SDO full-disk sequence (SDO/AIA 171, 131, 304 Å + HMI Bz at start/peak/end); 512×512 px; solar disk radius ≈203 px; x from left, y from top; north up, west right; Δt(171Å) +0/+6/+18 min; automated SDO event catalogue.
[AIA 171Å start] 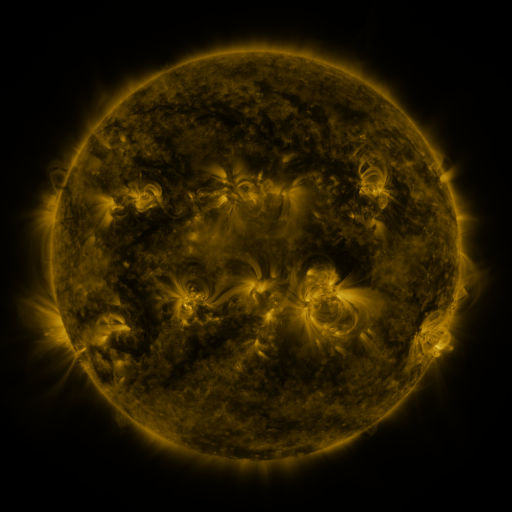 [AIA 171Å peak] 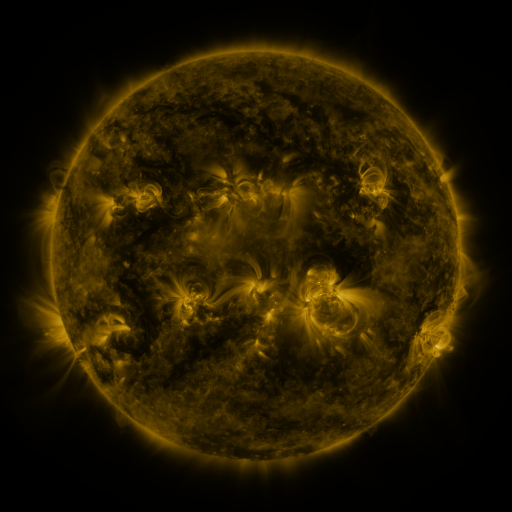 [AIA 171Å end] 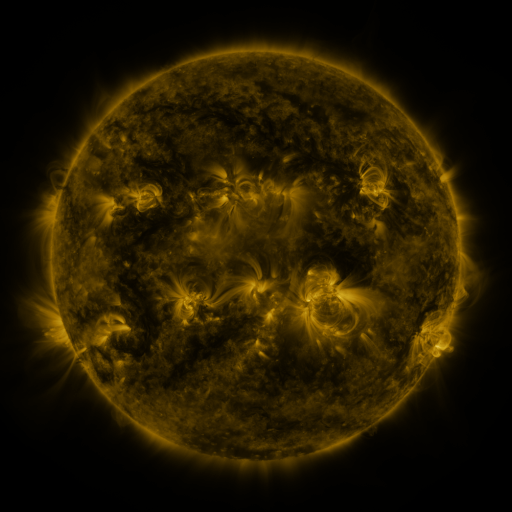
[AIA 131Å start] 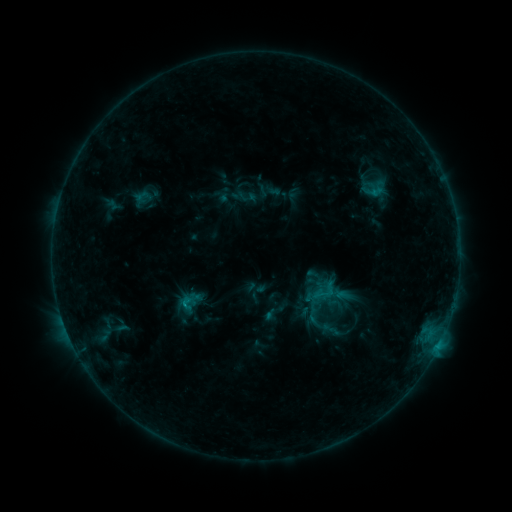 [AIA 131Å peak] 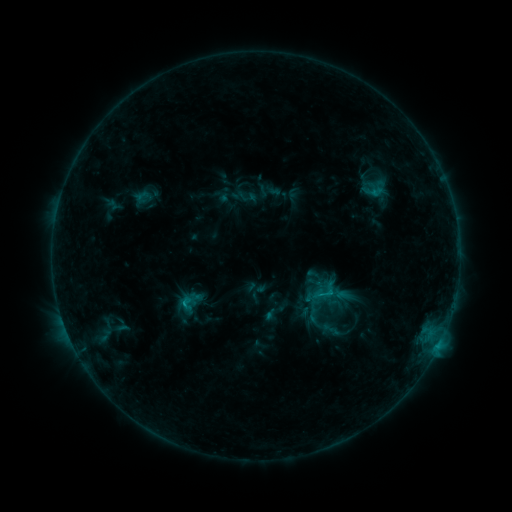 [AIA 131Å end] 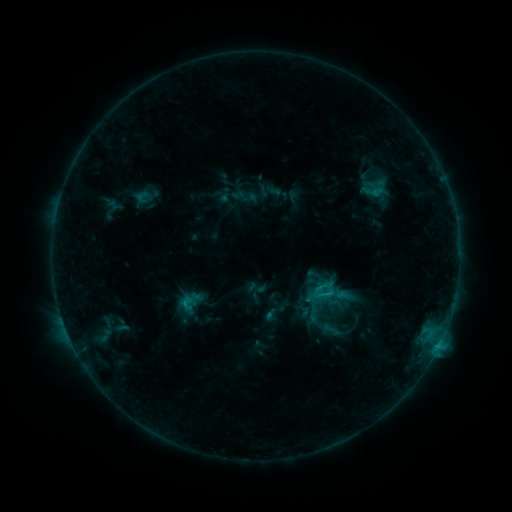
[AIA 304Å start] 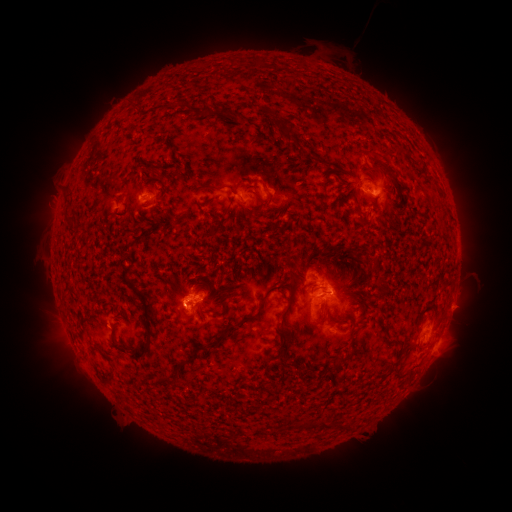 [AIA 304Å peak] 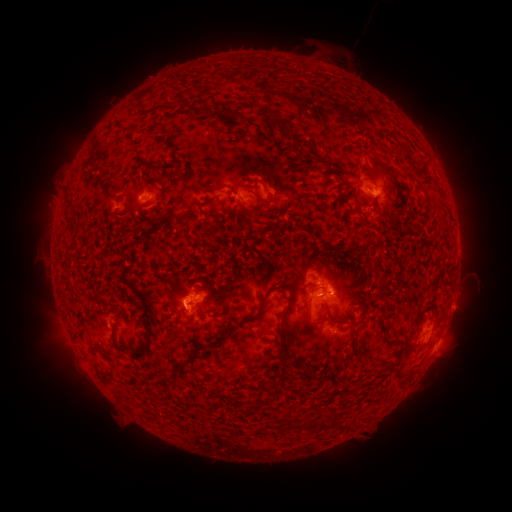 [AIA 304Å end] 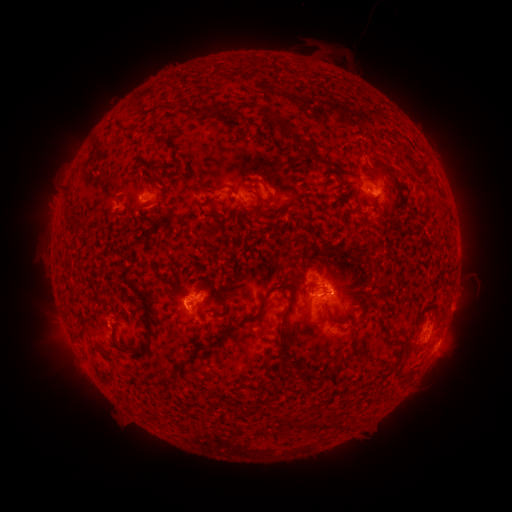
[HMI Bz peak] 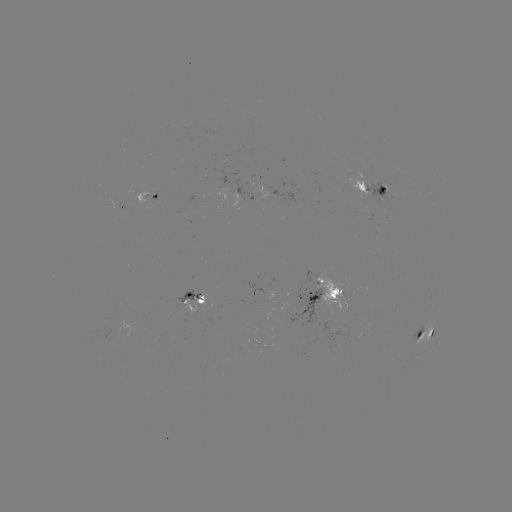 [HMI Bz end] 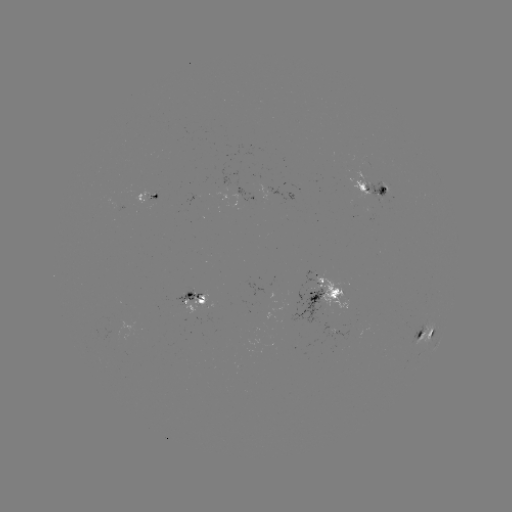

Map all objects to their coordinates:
C1.2 flare: (330, 289)
